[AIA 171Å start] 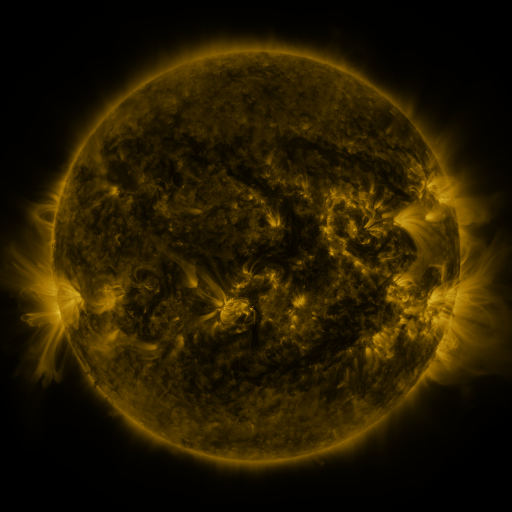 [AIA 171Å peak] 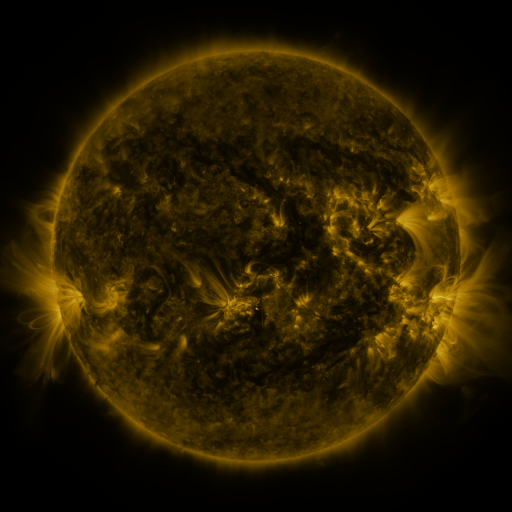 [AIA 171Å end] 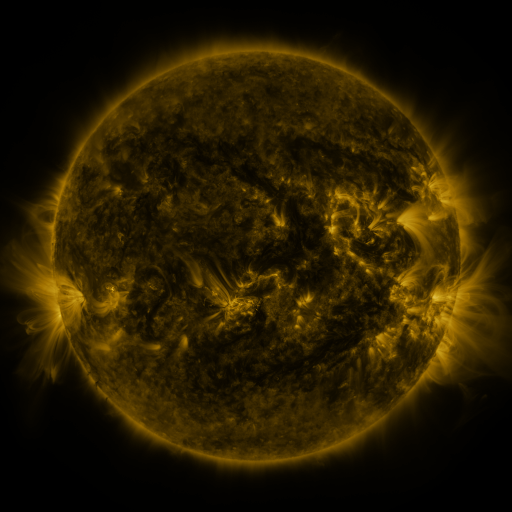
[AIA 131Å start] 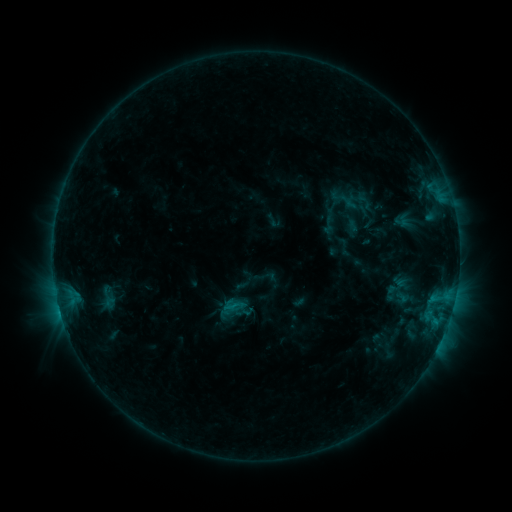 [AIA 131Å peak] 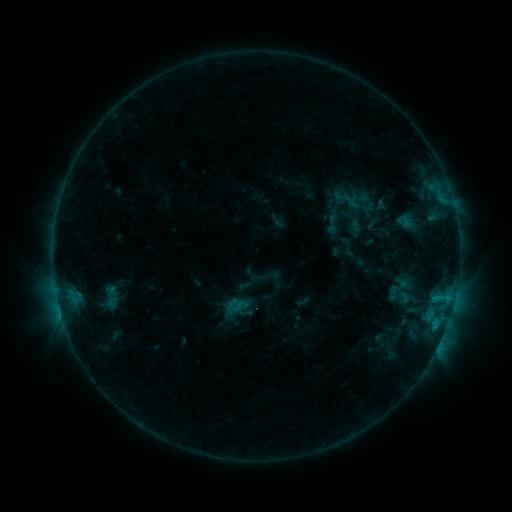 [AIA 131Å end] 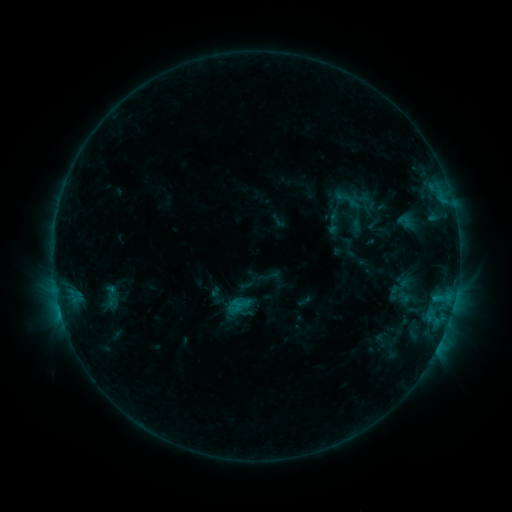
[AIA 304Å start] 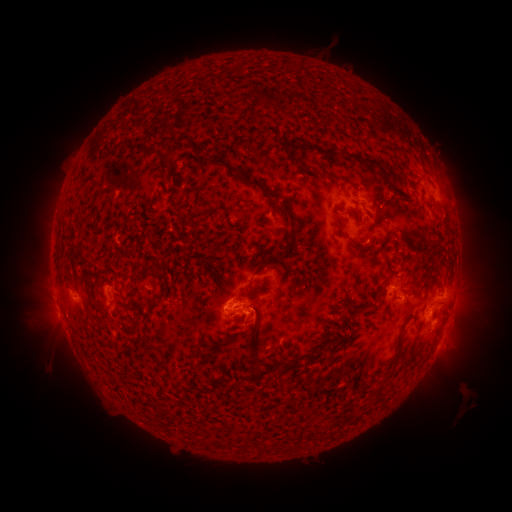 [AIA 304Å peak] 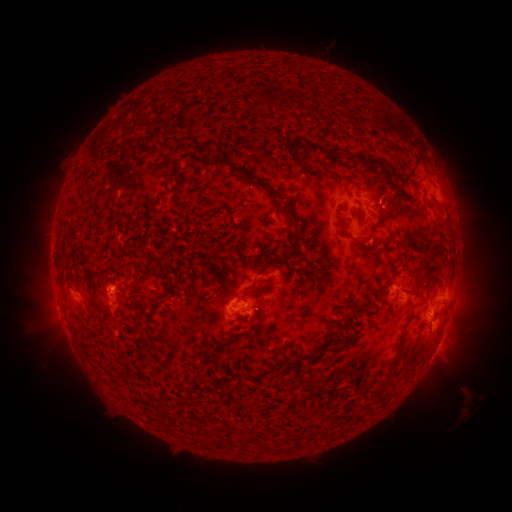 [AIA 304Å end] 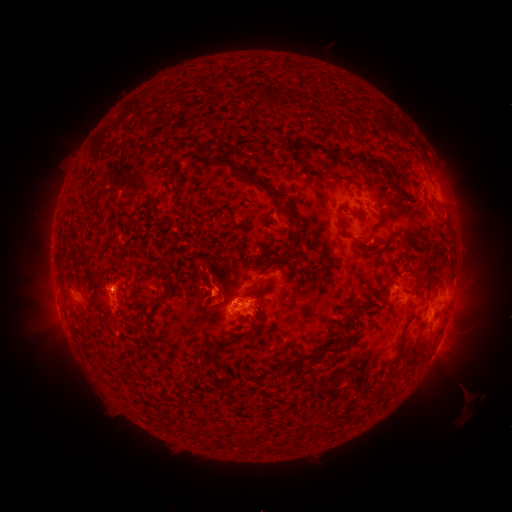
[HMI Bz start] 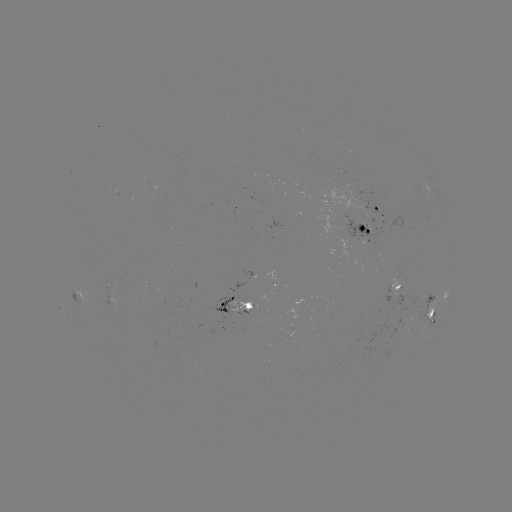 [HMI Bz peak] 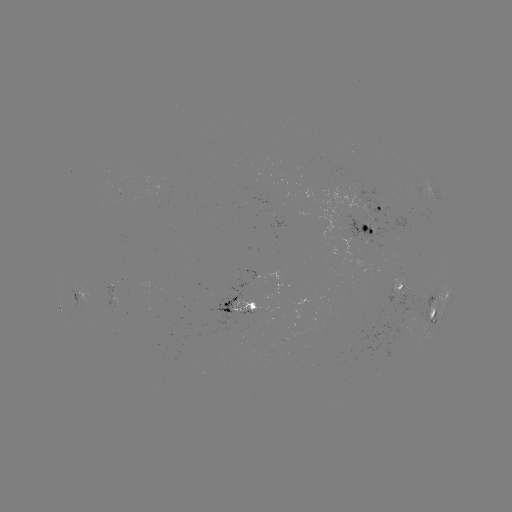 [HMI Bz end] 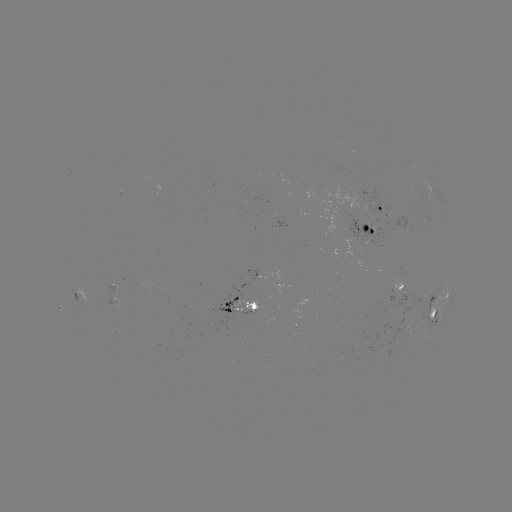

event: emerging-flux region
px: (363, 226)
